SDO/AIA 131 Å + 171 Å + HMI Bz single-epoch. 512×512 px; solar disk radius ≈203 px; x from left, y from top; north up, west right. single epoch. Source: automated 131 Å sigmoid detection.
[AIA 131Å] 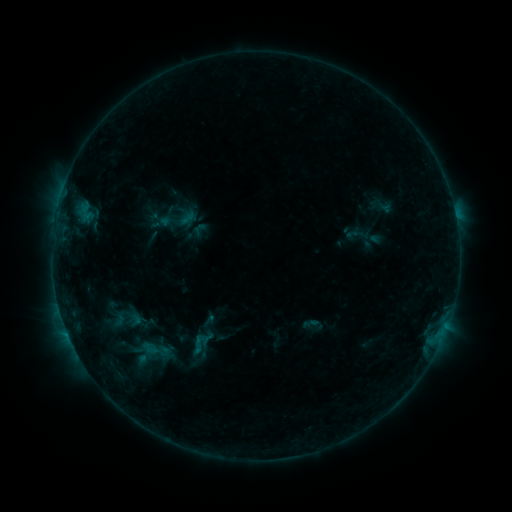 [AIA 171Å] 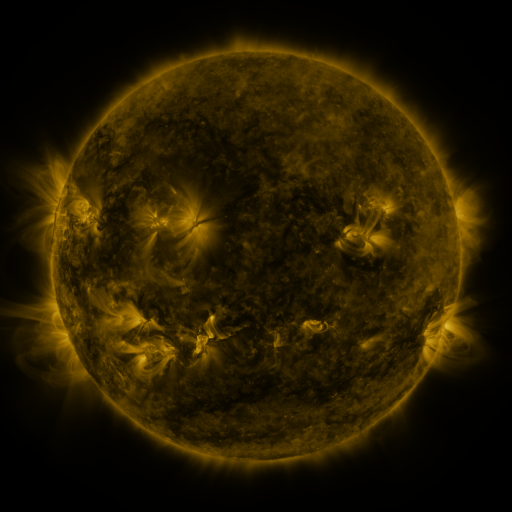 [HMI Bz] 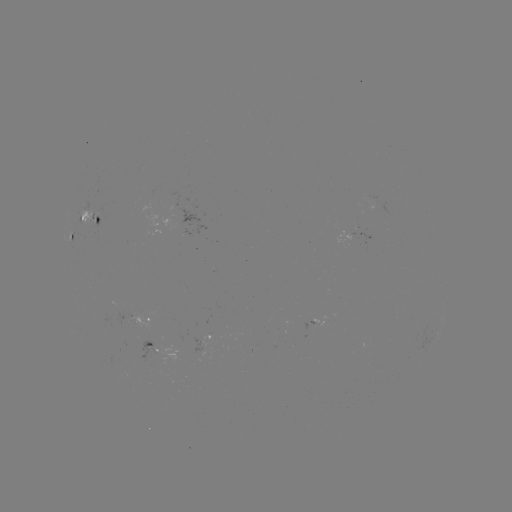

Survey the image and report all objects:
sigmoid: (199, 344)
